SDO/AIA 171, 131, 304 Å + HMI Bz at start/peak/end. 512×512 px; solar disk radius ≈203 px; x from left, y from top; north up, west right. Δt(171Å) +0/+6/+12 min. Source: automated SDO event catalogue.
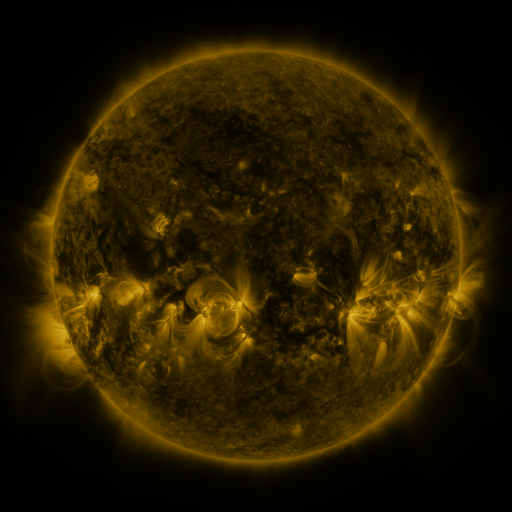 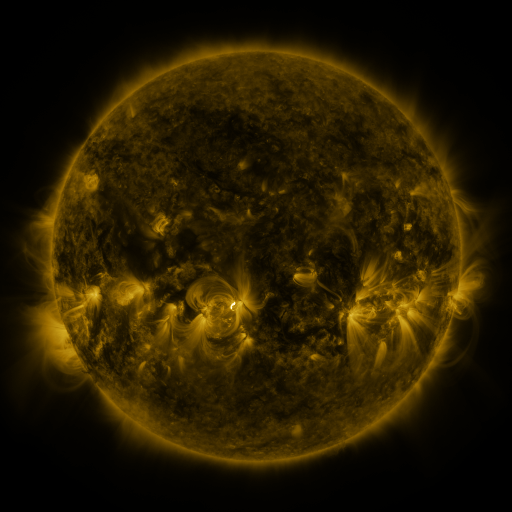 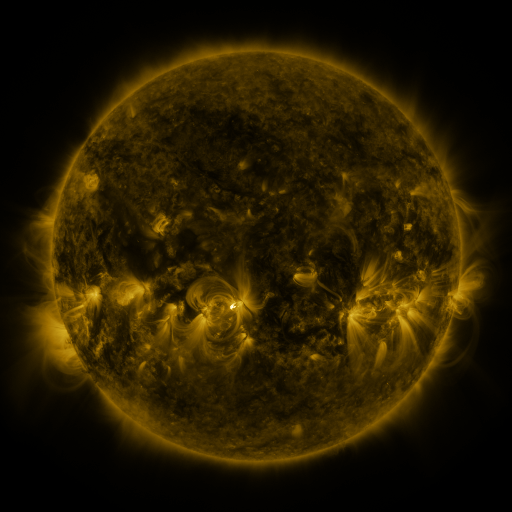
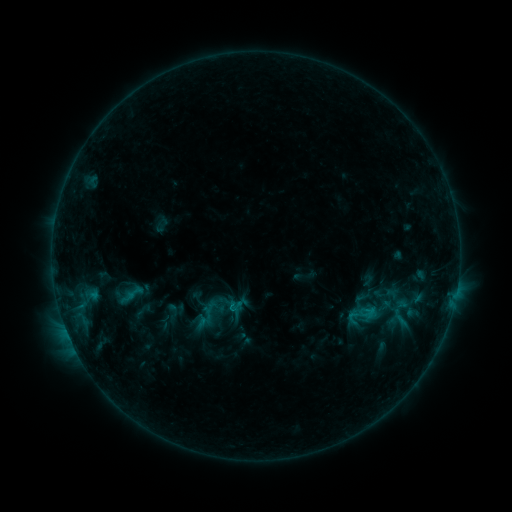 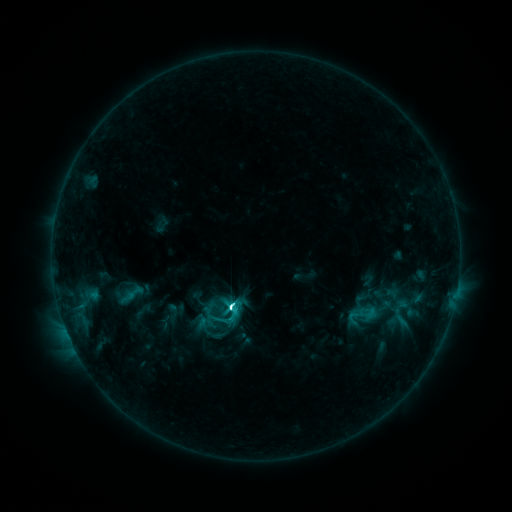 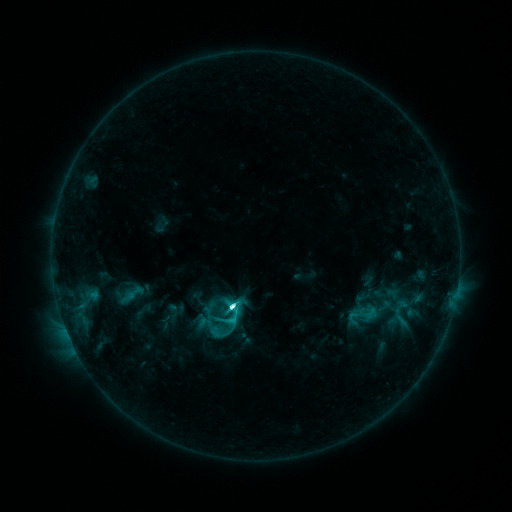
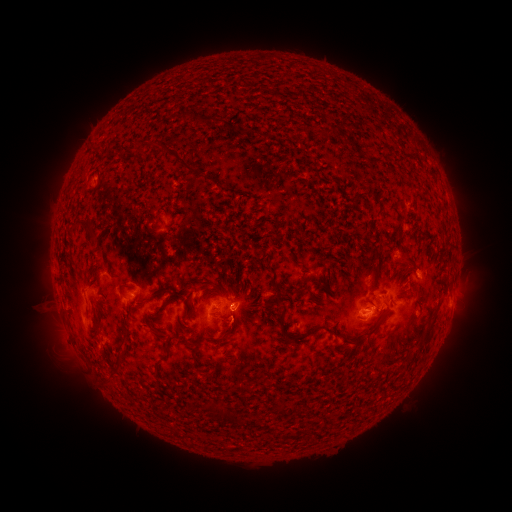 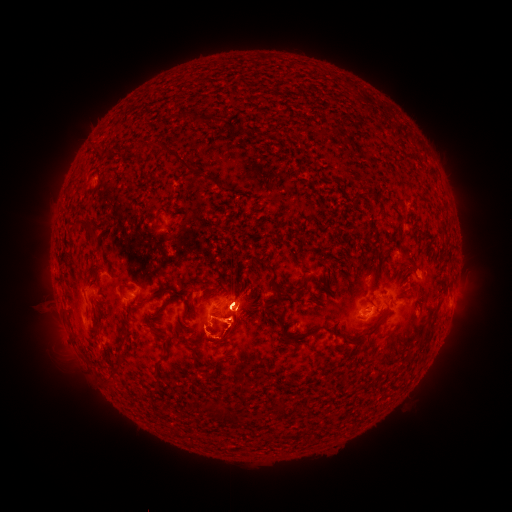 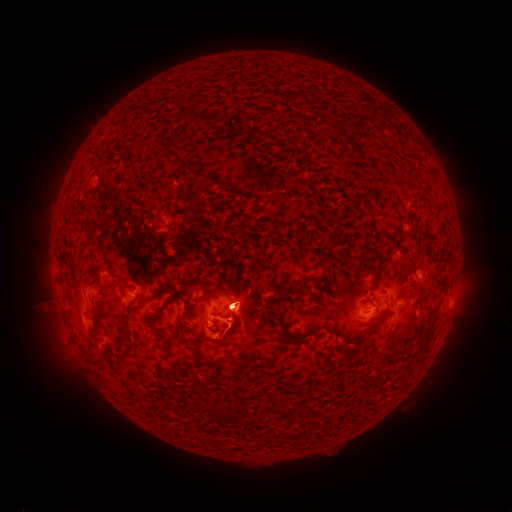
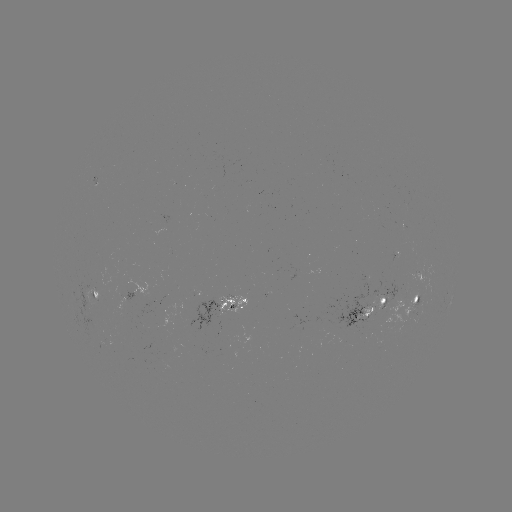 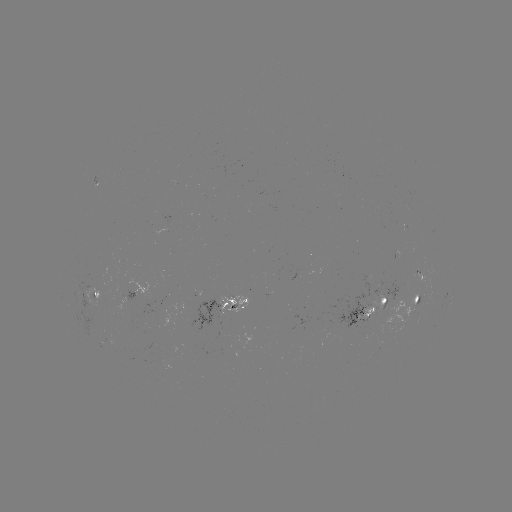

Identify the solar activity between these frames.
C9.3 flare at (232, 306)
